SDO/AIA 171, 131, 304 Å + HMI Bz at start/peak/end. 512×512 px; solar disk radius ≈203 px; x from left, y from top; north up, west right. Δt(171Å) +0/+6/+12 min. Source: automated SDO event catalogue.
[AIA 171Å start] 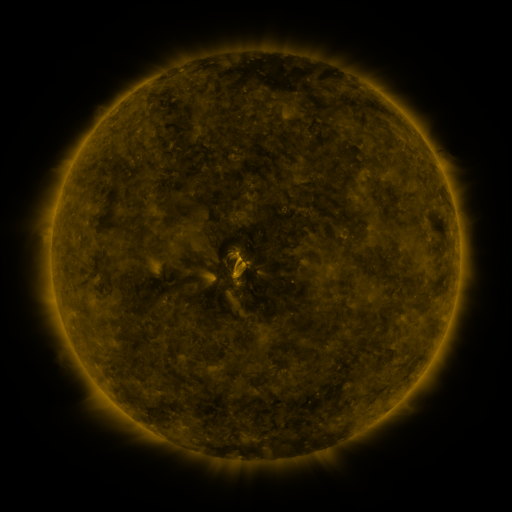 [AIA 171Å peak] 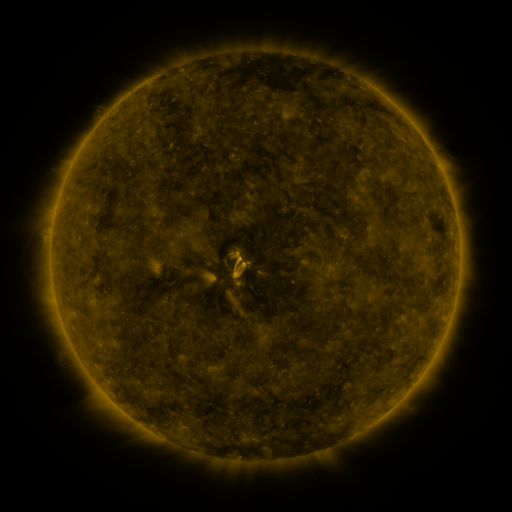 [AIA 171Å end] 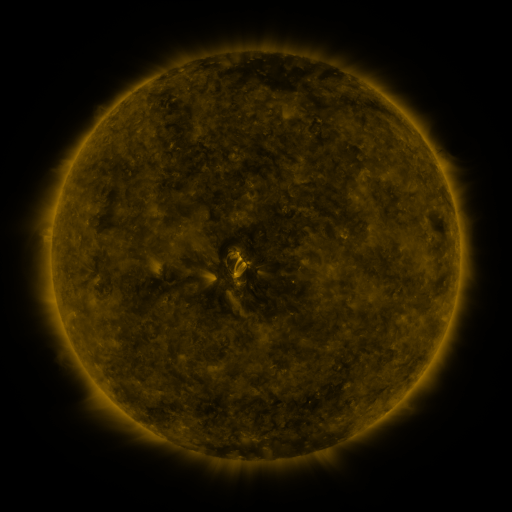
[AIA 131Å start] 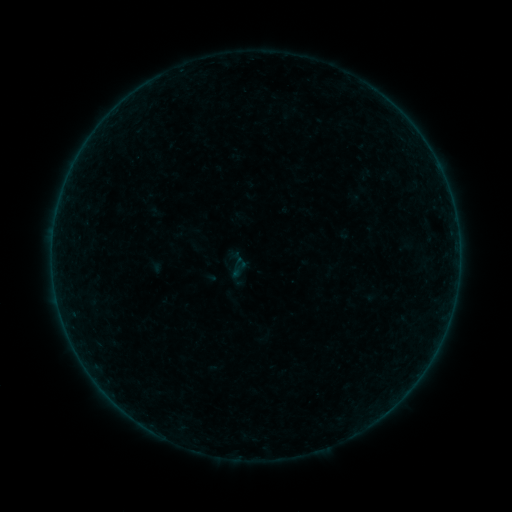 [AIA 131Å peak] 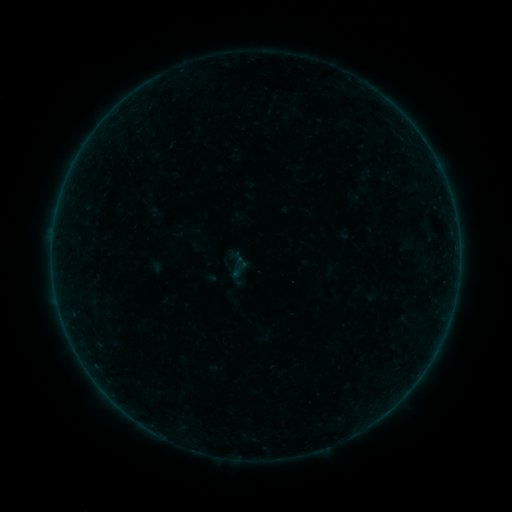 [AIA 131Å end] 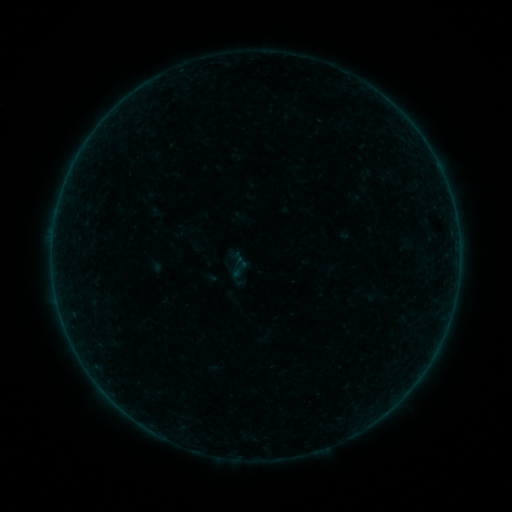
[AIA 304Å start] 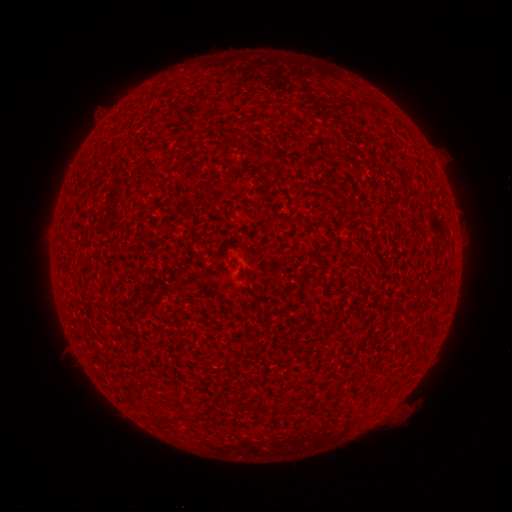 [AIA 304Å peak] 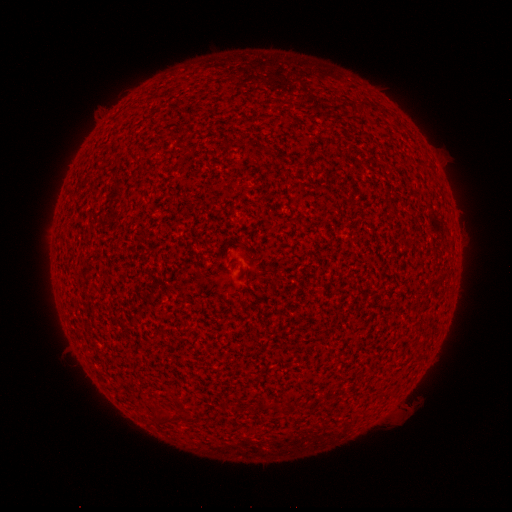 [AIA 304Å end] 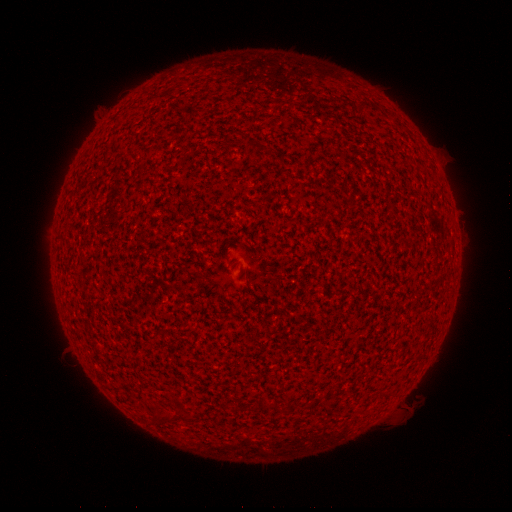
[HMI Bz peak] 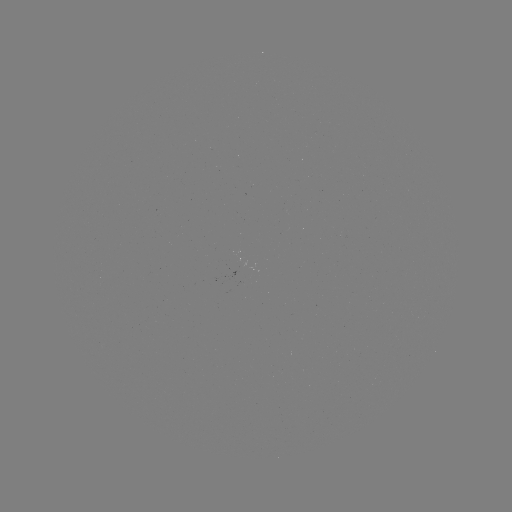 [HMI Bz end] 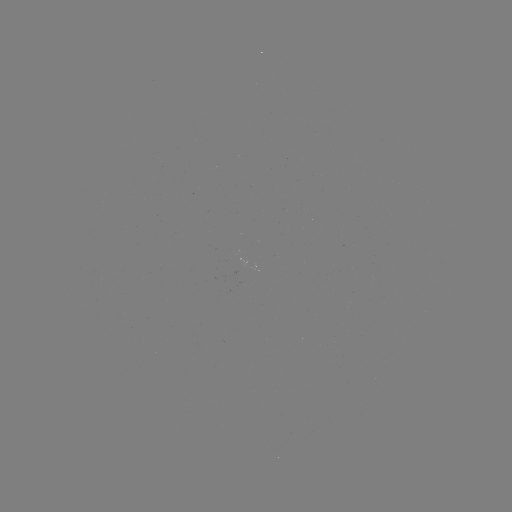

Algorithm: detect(A1.1 flare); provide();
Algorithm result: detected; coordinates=[57, 298]